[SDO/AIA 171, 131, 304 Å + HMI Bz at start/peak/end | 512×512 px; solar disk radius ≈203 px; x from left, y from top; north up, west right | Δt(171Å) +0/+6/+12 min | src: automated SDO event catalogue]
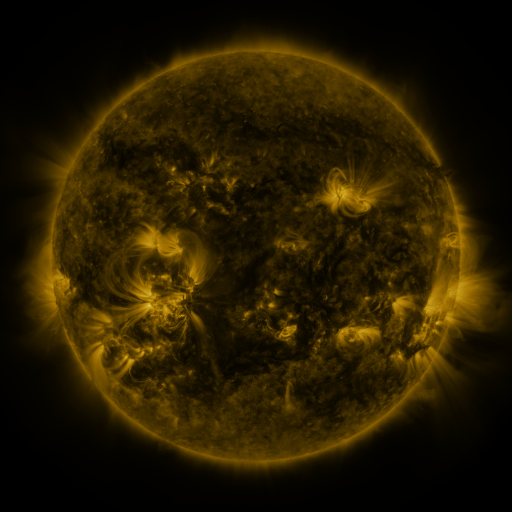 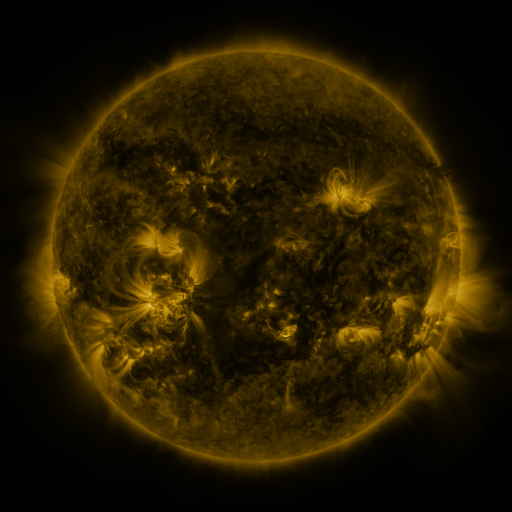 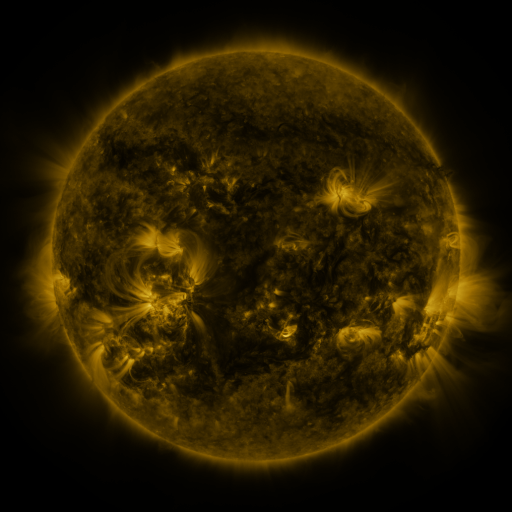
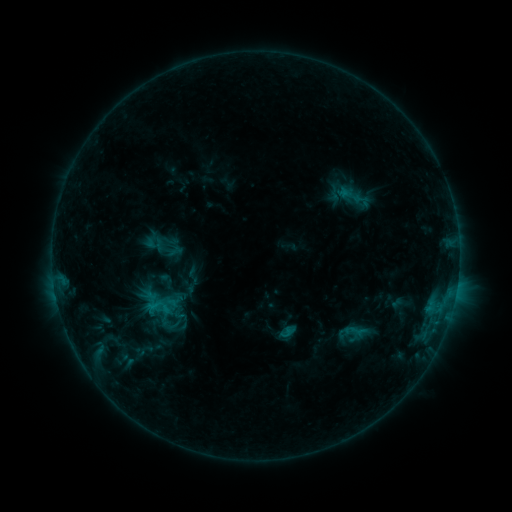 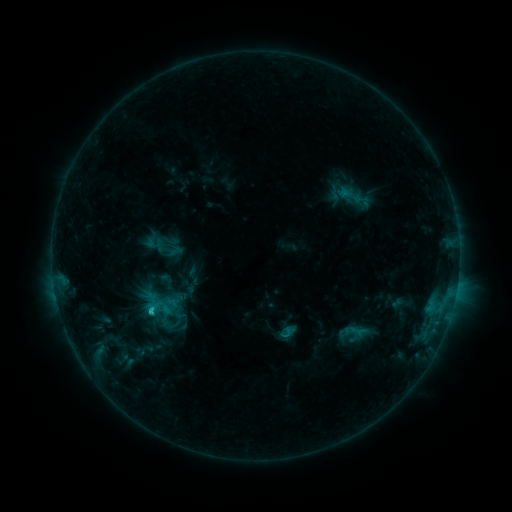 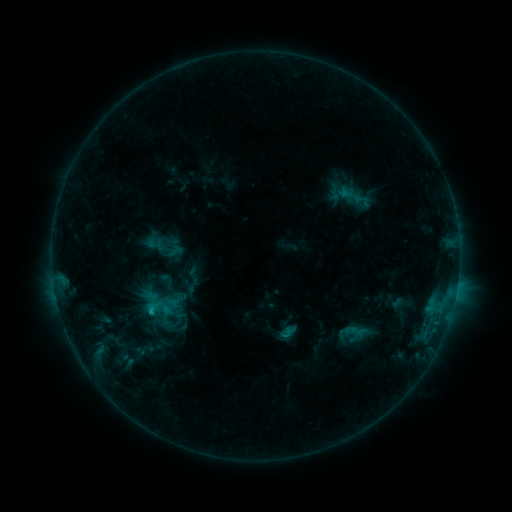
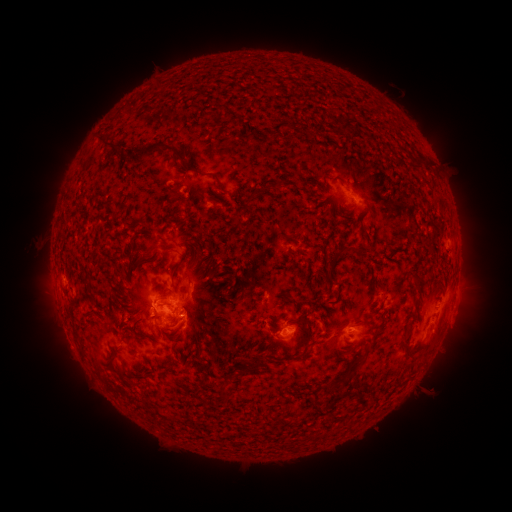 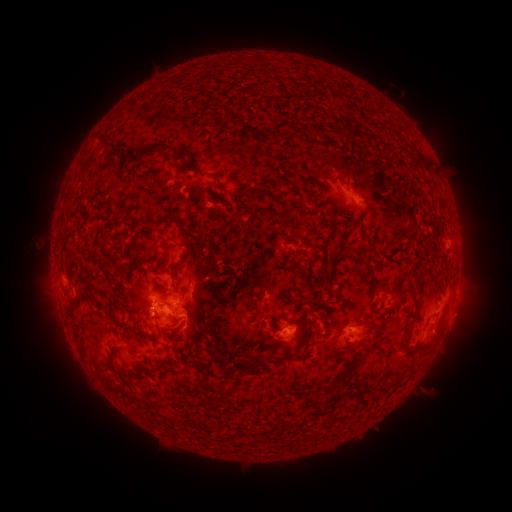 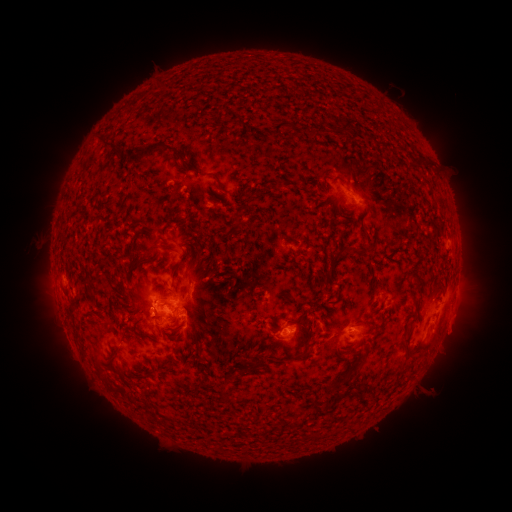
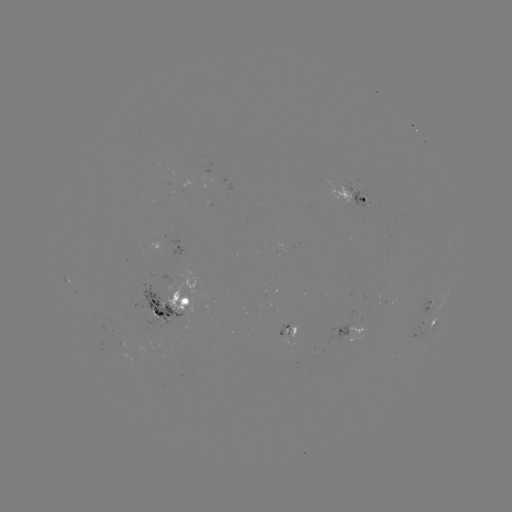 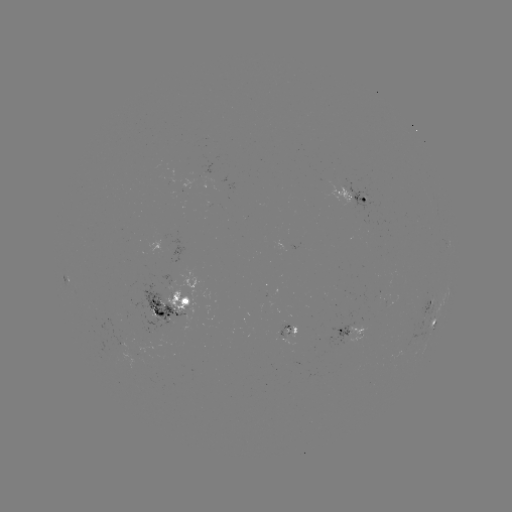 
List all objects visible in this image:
C1.6 flare: (153, 309)
